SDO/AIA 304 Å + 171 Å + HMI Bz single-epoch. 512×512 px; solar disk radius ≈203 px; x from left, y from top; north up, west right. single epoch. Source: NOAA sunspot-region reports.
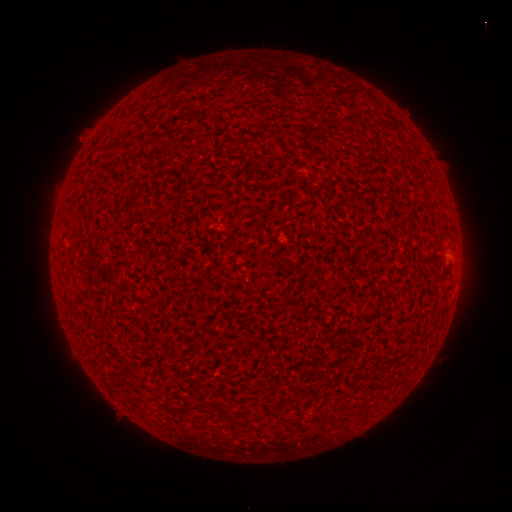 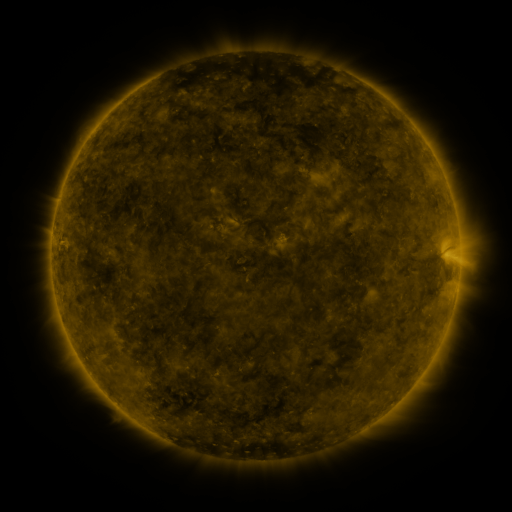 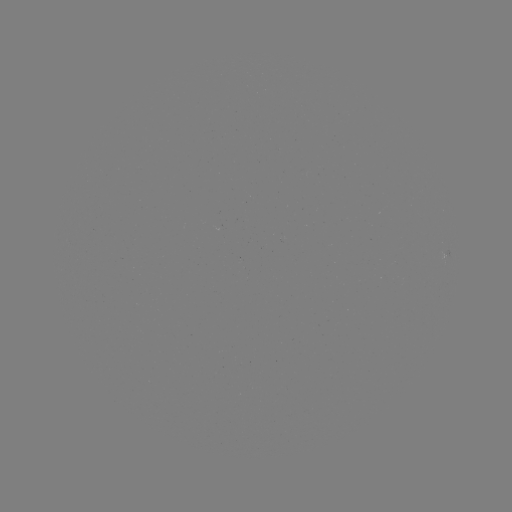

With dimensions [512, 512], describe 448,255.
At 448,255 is spotted active region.